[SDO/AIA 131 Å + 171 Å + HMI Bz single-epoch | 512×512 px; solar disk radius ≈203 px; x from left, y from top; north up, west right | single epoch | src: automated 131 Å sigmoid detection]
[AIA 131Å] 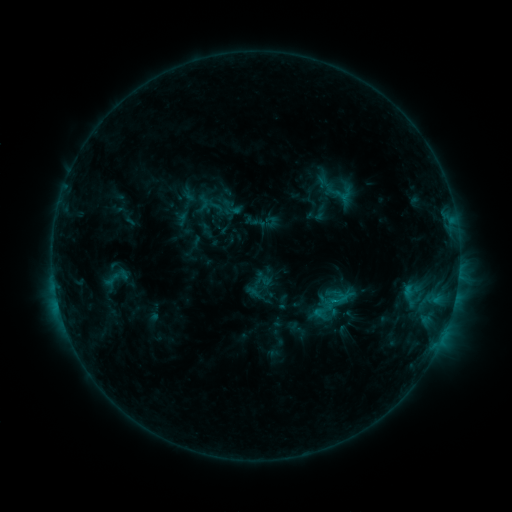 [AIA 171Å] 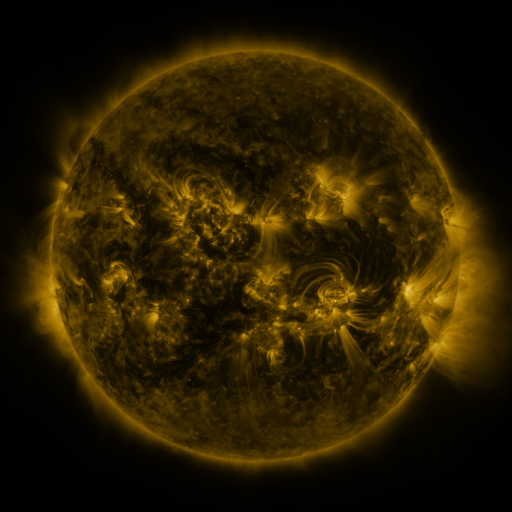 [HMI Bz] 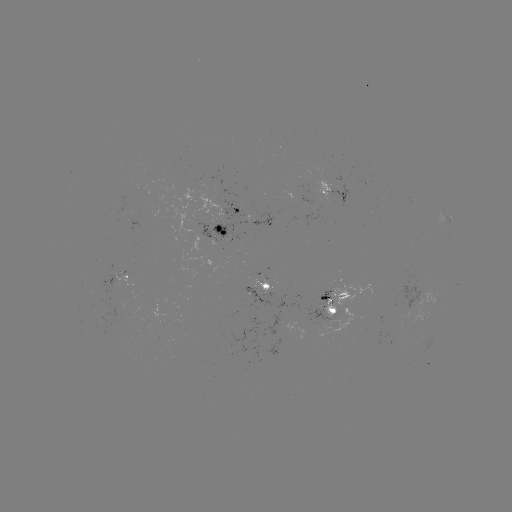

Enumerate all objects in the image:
sigmoid: [319, 174, 360, 207]
sigmoid: [101, 270, 122, 289]
